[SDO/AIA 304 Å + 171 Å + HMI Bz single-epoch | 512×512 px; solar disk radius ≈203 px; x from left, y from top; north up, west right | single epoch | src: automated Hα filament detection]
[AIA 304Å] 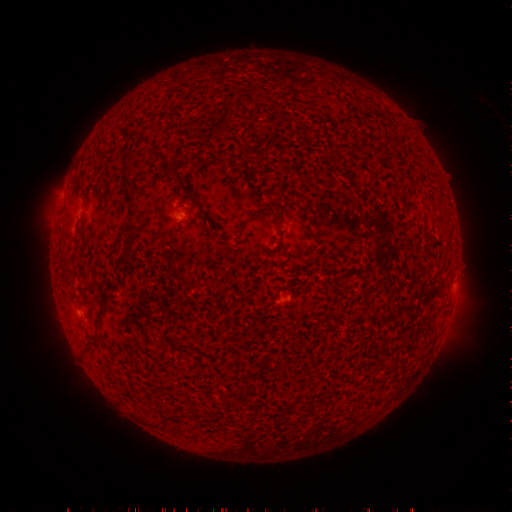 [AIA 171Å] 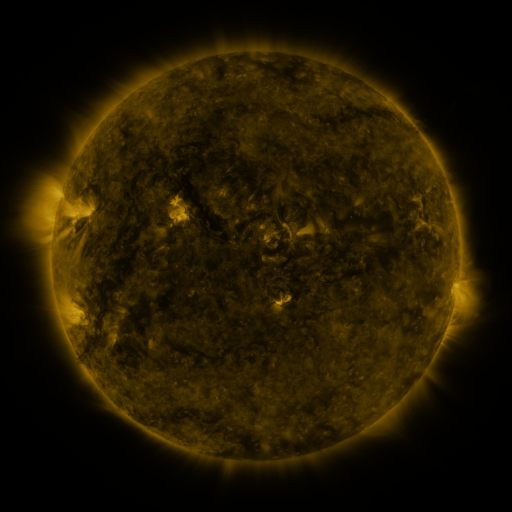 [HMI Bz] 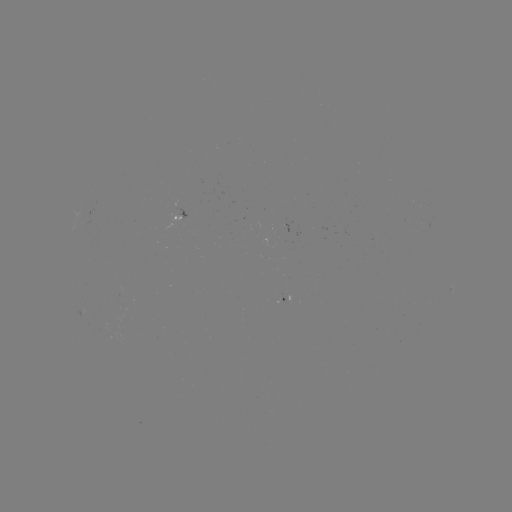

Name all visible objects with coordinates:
filament: [169, 165, 188, 190]
filament: [124, 188, 137, 200]
filament: [127, 204, 139, 218]
filament: [247, 206, 277, 222]
filament: [125, 231, 137, 245]
filament: [93, 305, 105, 327]
